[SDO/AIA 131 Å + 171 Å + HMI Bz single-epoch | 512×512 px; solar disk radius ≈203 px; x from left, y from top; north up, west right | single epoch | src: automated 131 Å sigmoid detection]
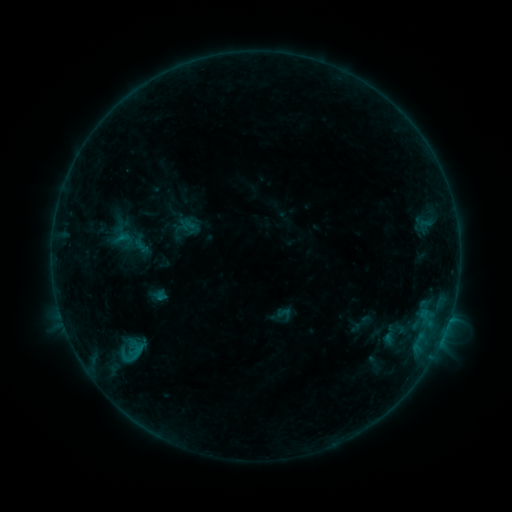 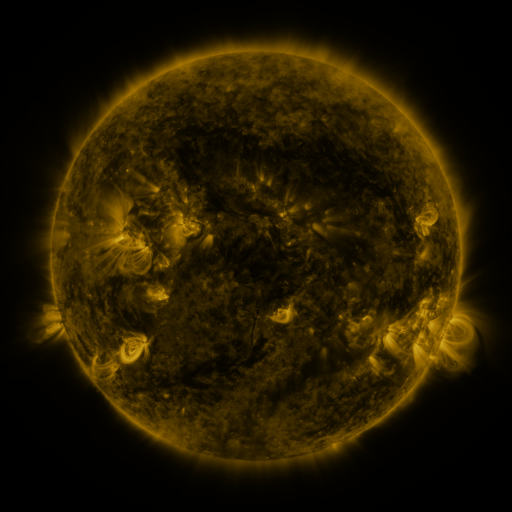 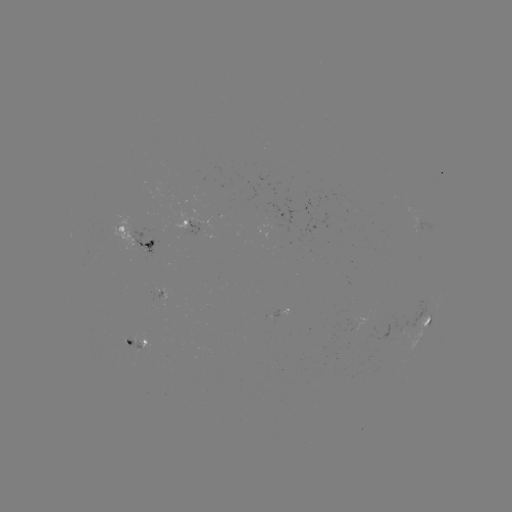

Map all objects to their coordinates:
sigmoid: [112, 226, 135, 253]
